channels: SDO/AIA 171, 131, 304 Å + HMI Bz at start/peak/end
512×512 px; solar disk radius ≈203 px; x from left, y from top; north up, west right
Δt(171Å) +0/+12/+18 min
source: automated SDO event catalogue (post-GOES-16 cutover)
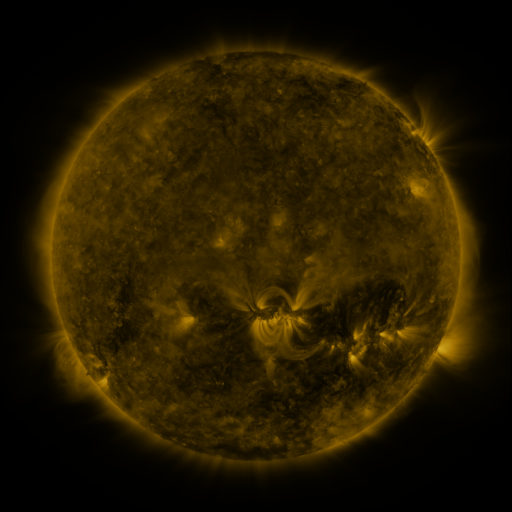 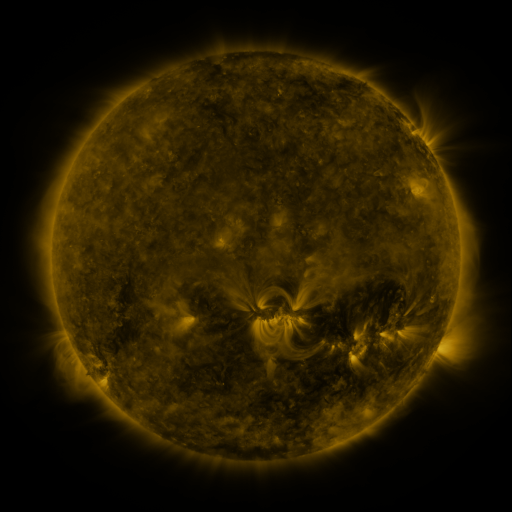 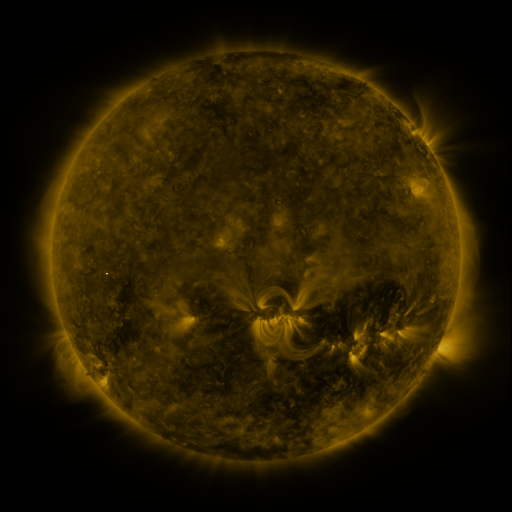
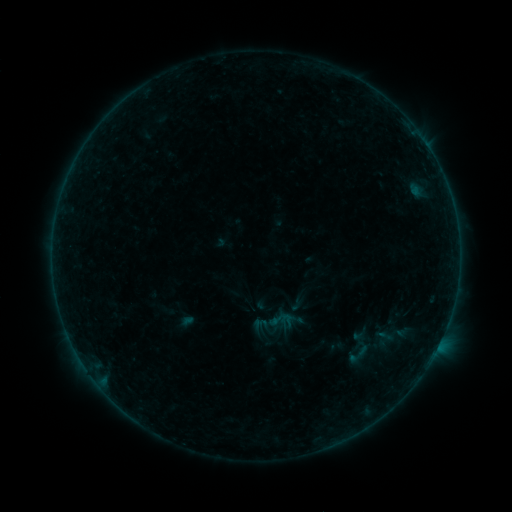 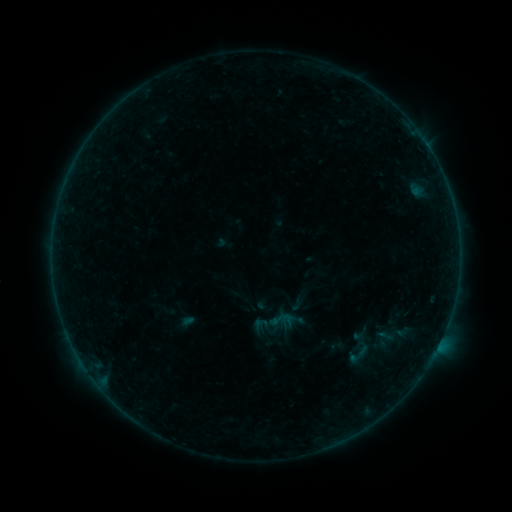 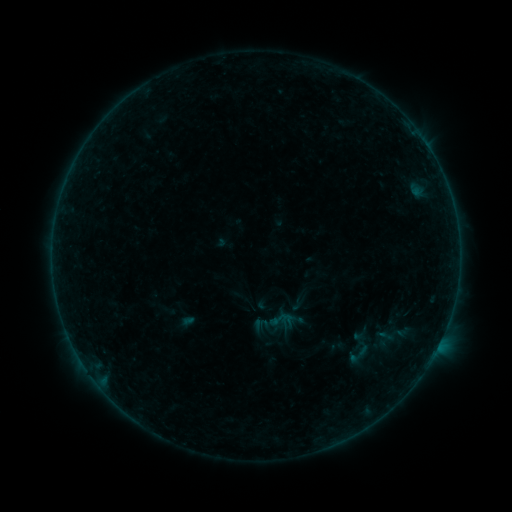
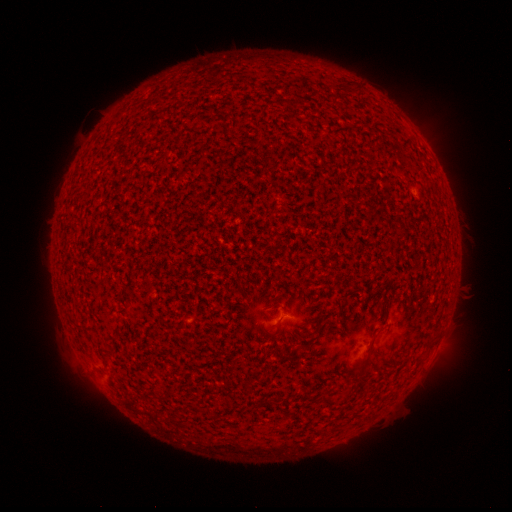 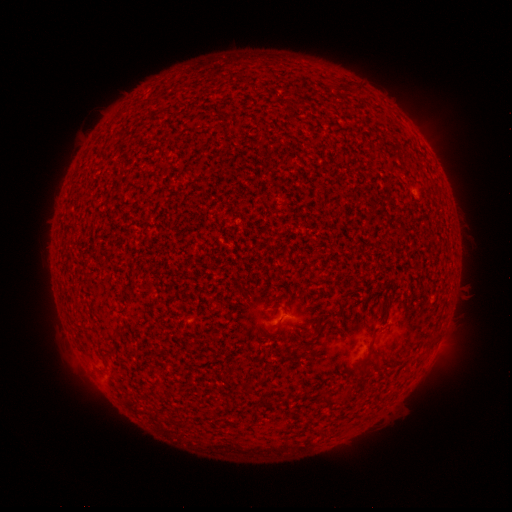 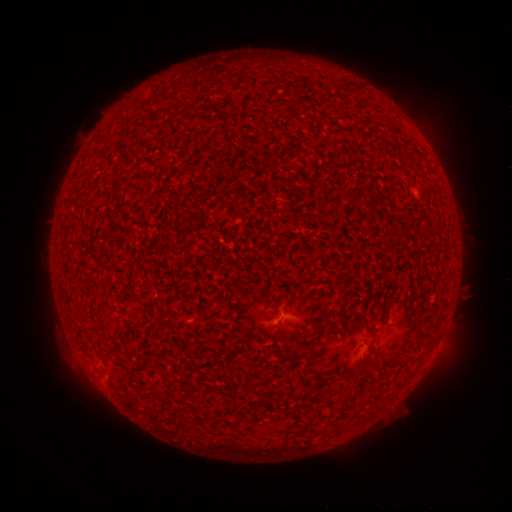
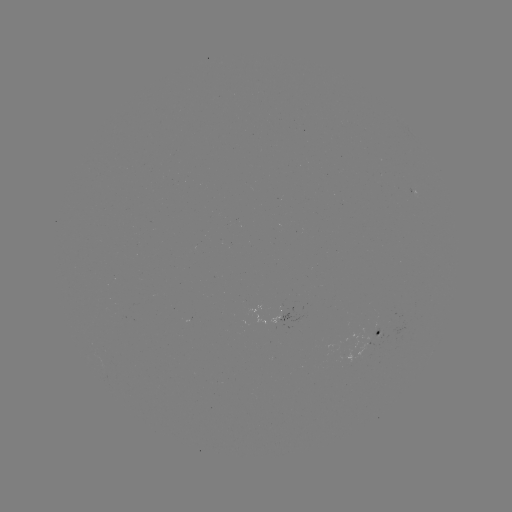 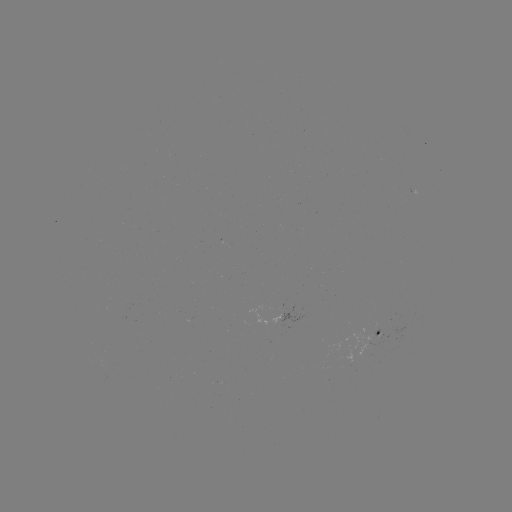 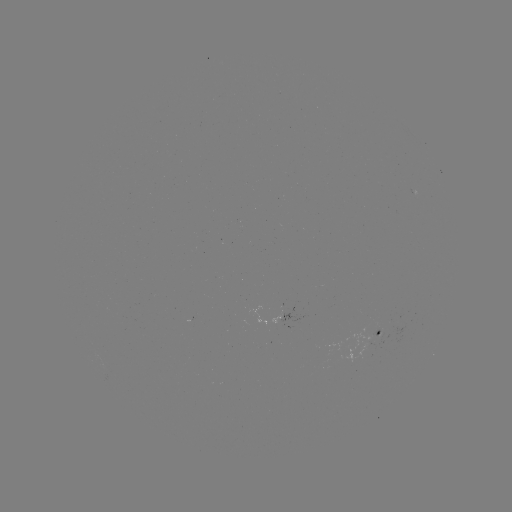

no catalogued flare and no flagged EUV brightening in this window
